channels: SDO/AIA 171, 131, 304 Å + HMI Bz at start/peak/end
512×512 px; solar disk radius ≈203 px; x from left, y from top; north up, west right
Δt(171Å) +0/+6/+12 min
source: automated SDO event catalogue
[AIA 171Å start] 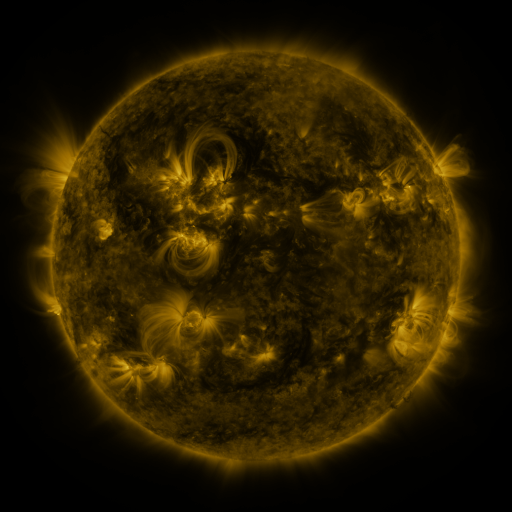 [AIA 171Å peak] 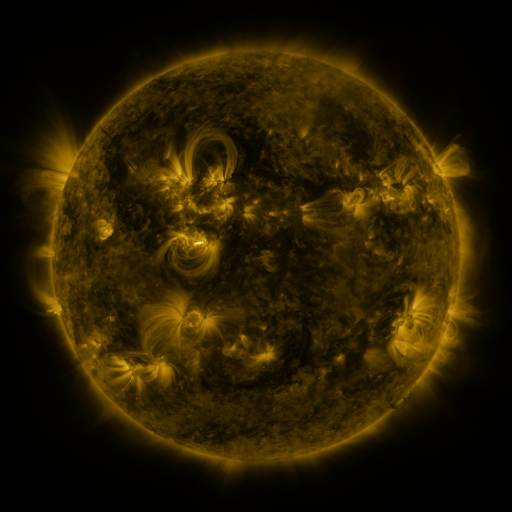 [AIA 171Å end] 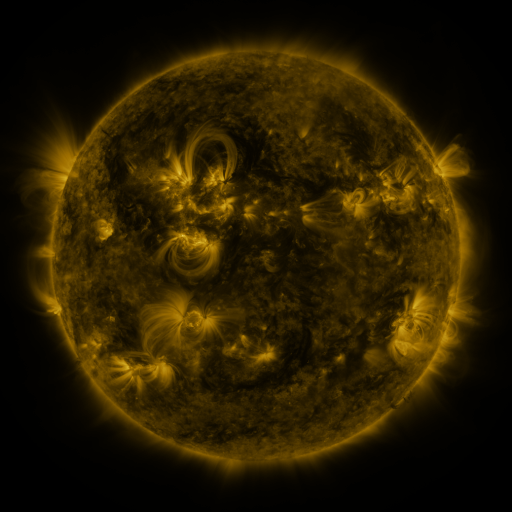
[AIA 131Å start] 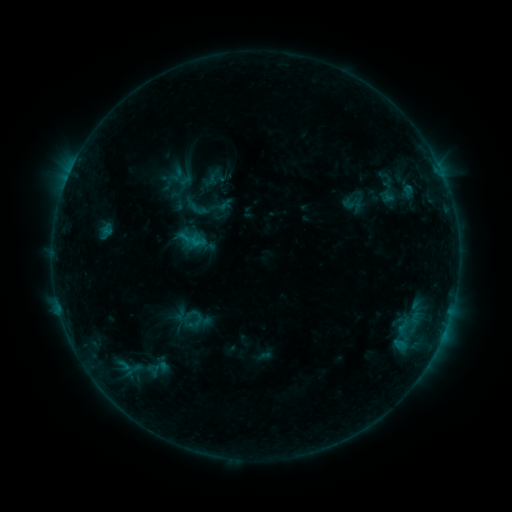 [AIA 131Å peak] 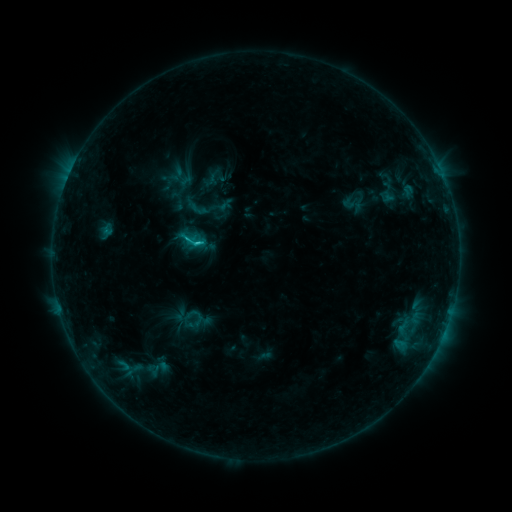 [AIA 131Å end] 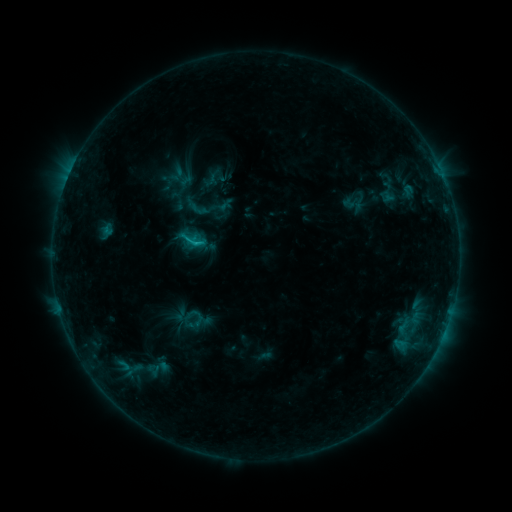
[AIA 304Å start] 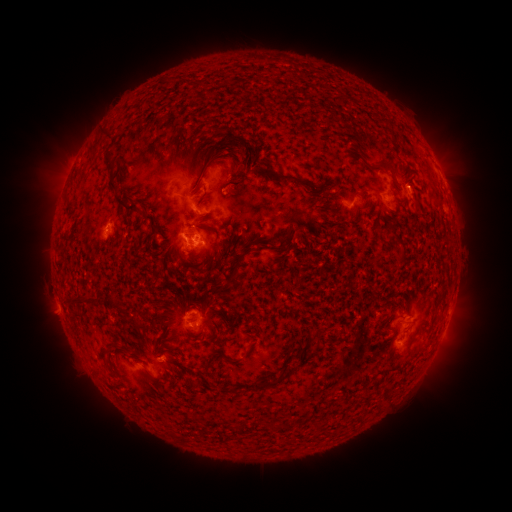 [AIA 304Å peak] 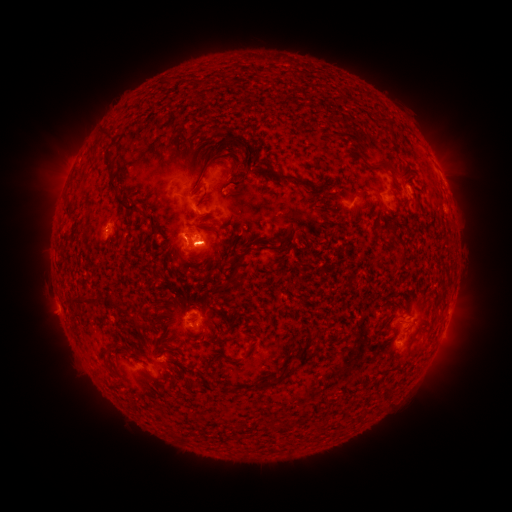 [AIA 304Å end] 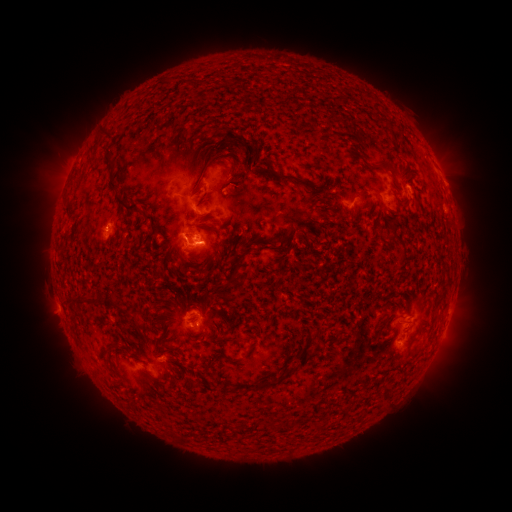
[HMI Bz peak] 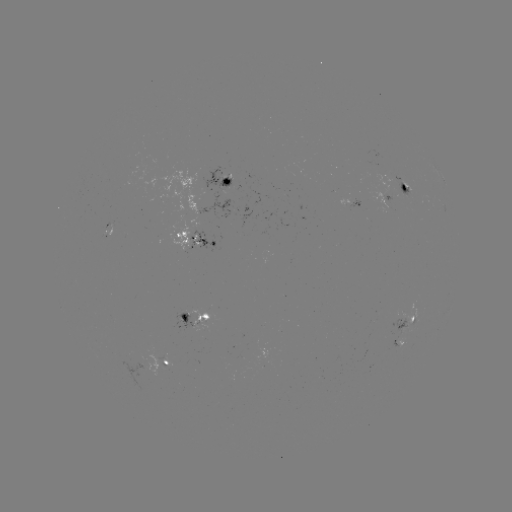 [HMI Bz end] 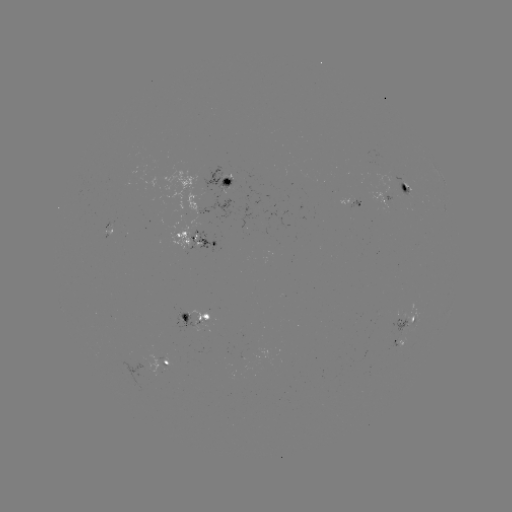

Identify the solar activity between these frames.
C1.3 flare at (200, 244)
